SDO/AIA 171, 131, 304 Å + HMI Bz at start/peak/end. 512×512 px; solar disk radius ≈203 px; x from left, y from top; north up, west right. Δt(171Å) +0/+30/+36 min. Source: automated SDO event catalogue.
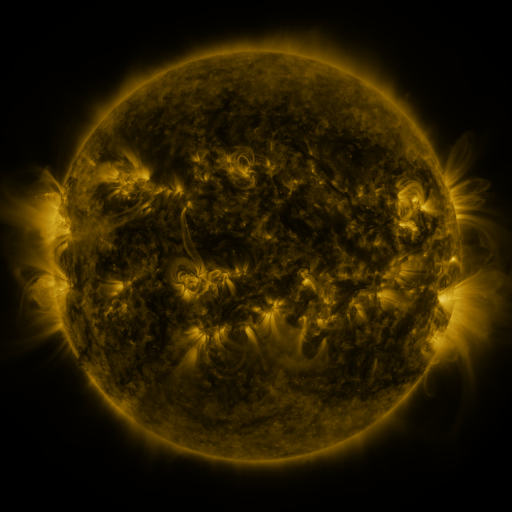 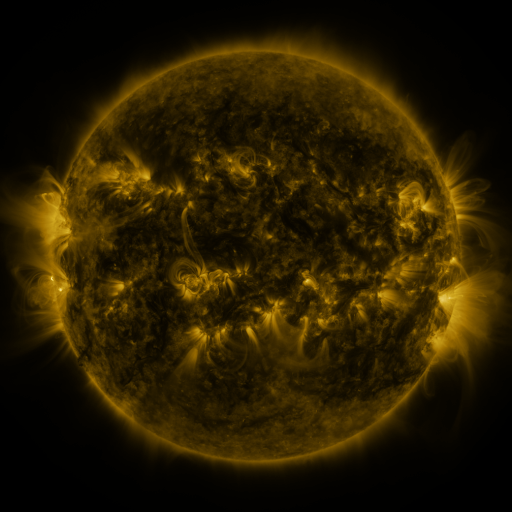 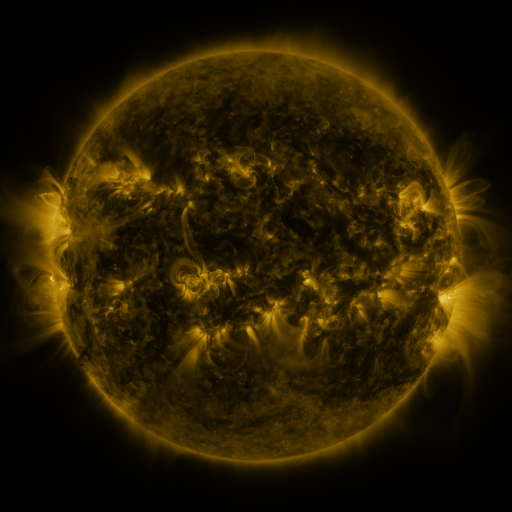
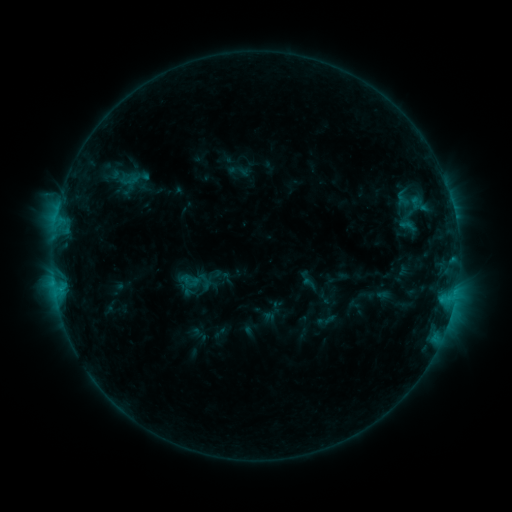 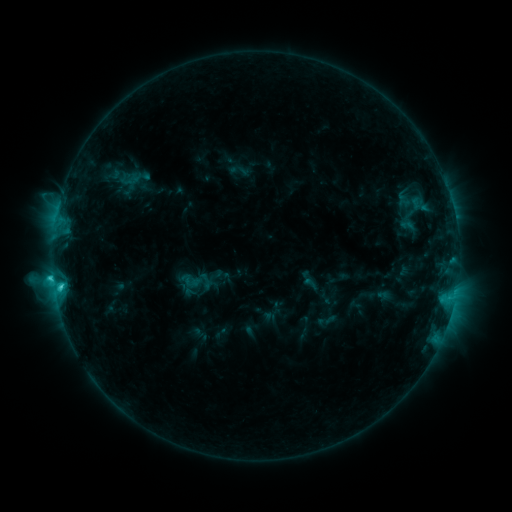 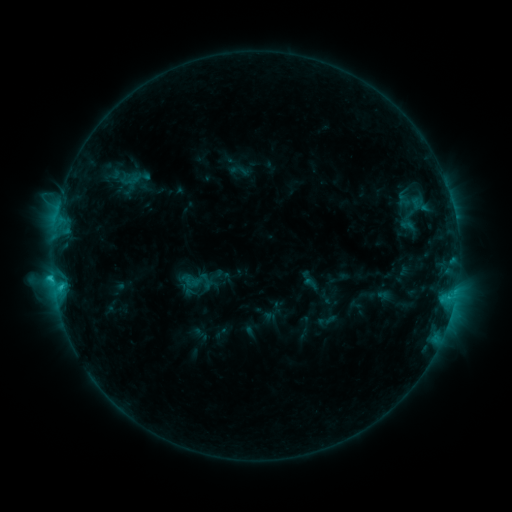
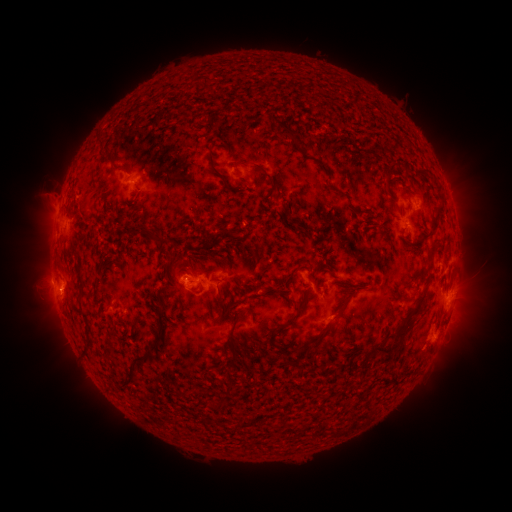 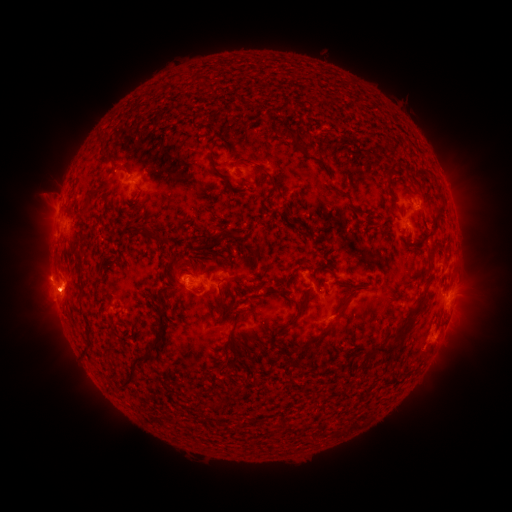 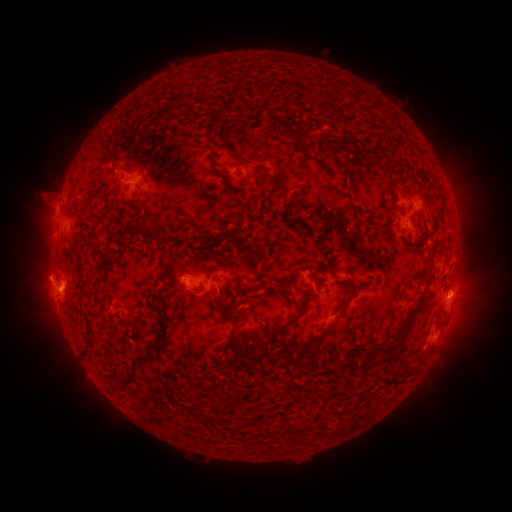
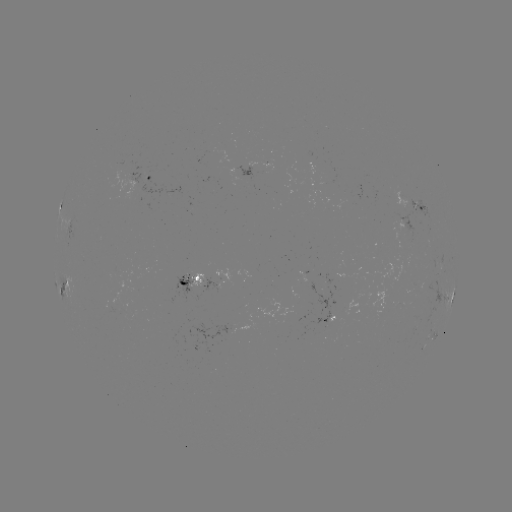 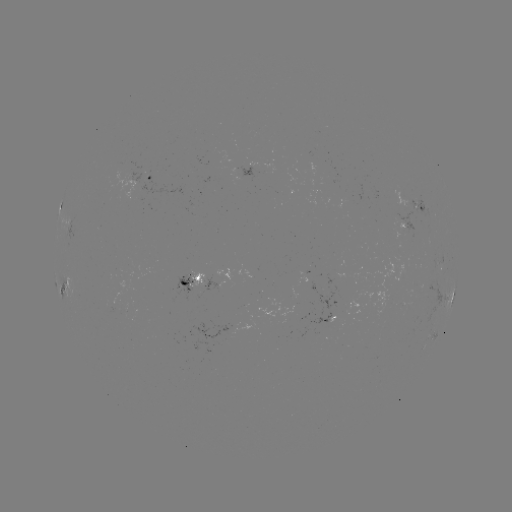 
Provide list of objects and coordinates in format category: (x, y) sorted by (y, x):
C3.0 flare: (54, 276)
